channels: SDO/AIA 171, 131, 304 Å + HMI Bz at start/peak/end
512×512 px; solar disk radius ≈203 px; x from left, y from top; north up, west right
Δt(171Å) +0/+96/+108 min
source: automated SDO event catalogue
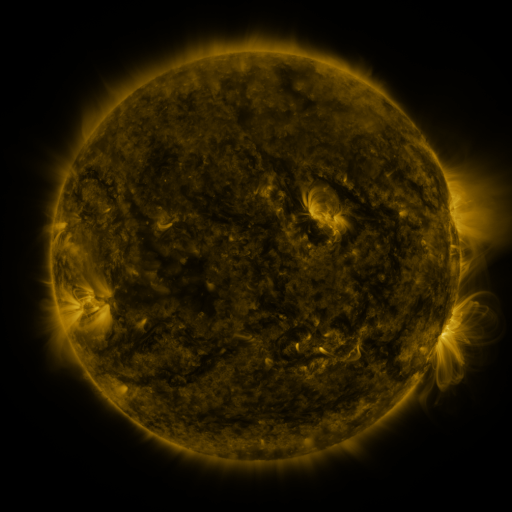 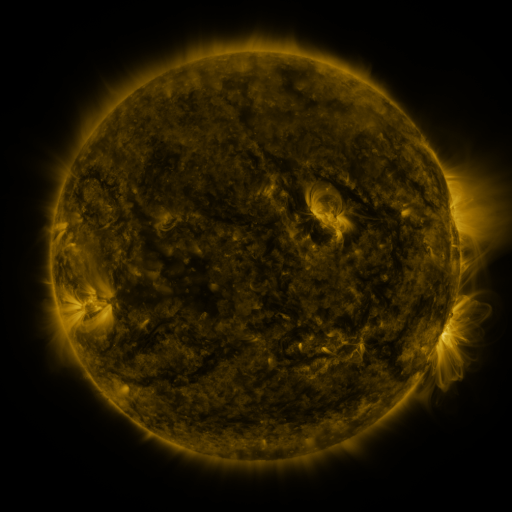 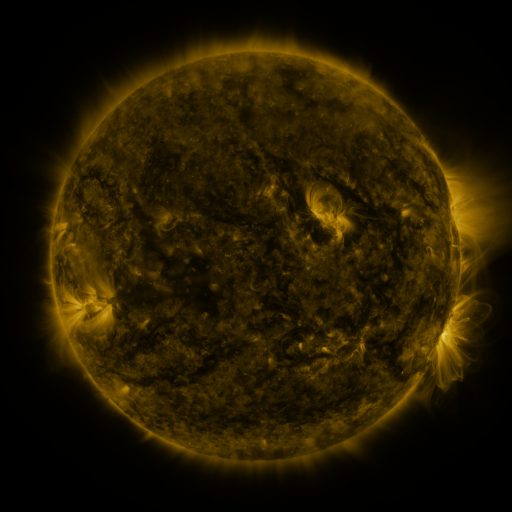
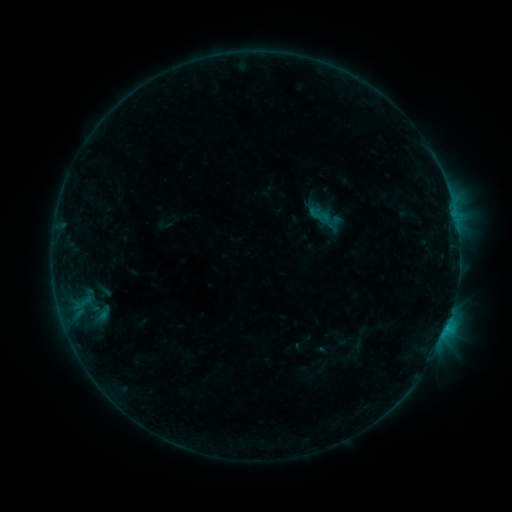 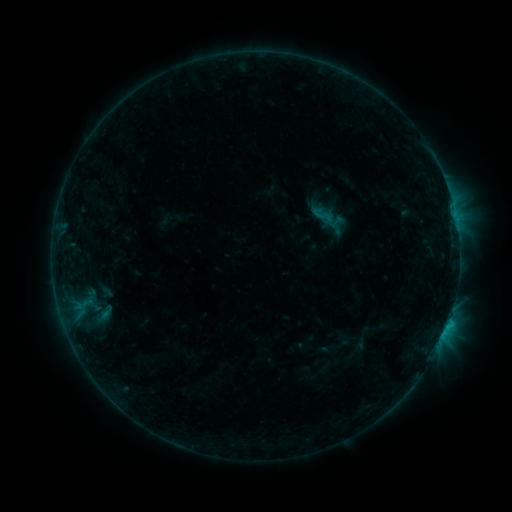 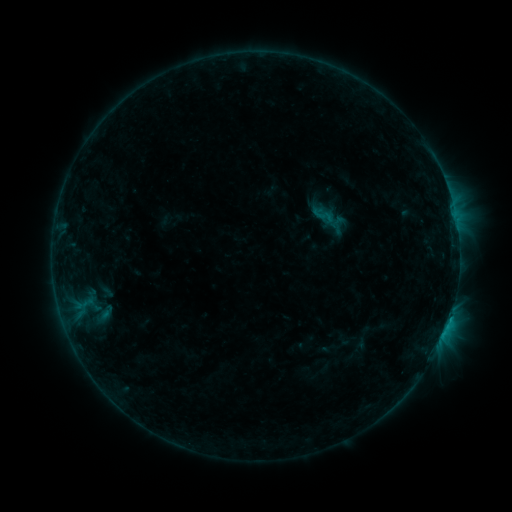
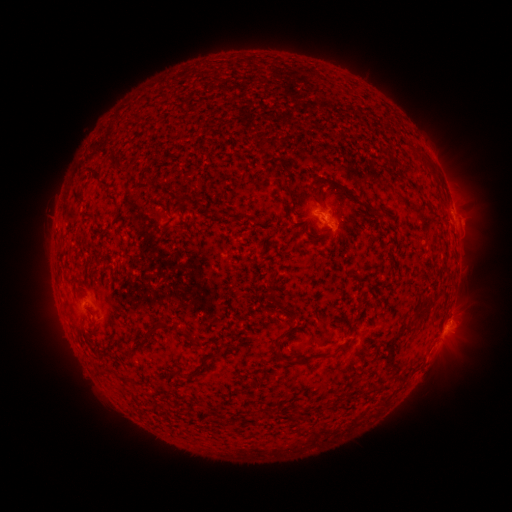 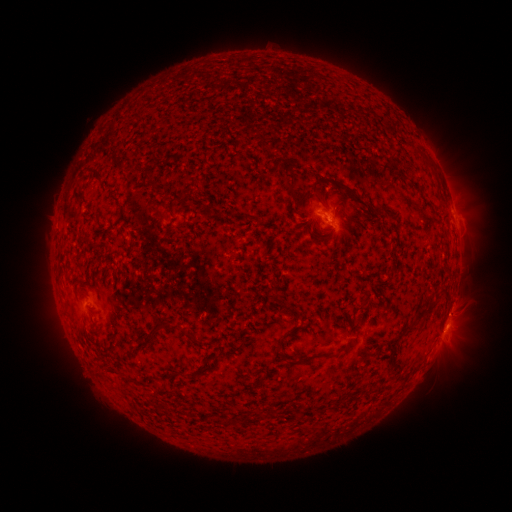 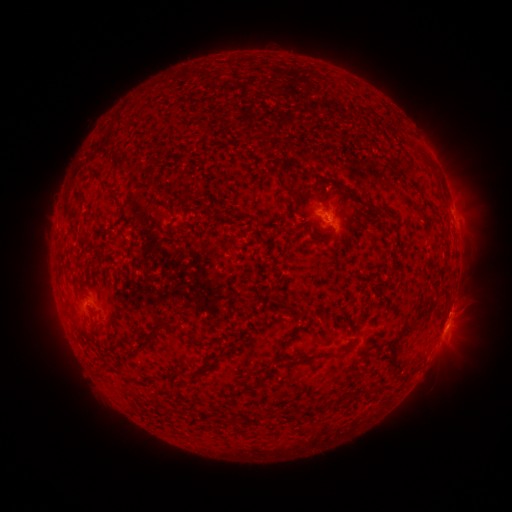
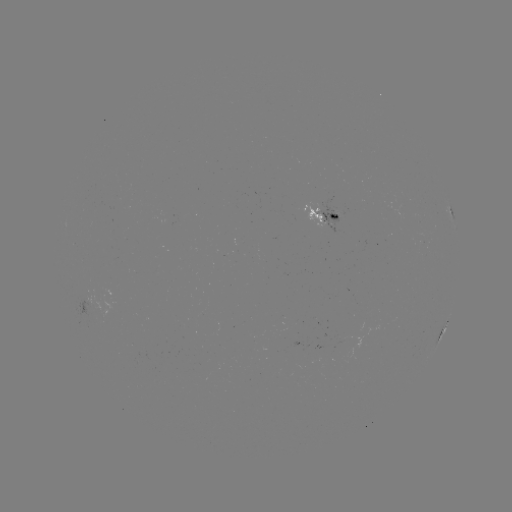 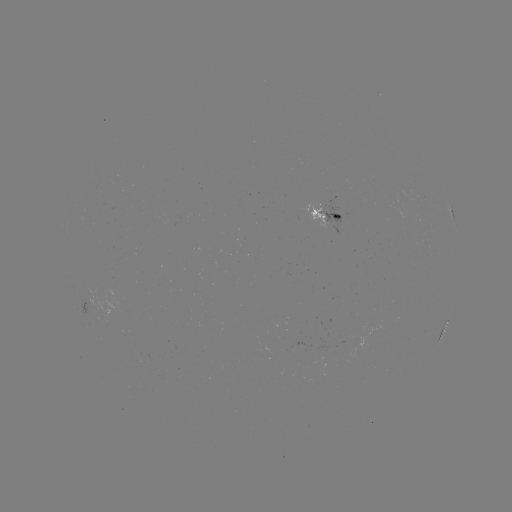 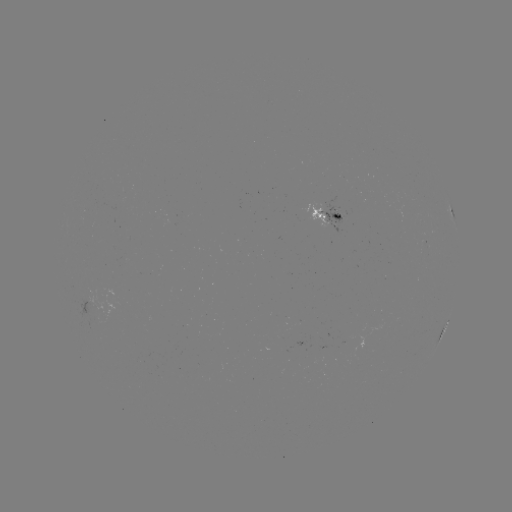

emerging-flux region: (81, 287, 99, 309)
